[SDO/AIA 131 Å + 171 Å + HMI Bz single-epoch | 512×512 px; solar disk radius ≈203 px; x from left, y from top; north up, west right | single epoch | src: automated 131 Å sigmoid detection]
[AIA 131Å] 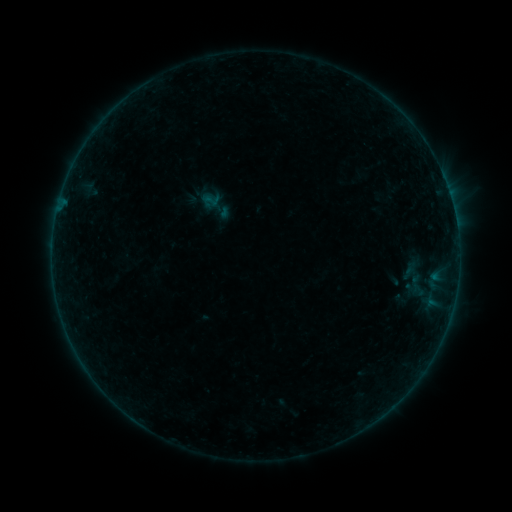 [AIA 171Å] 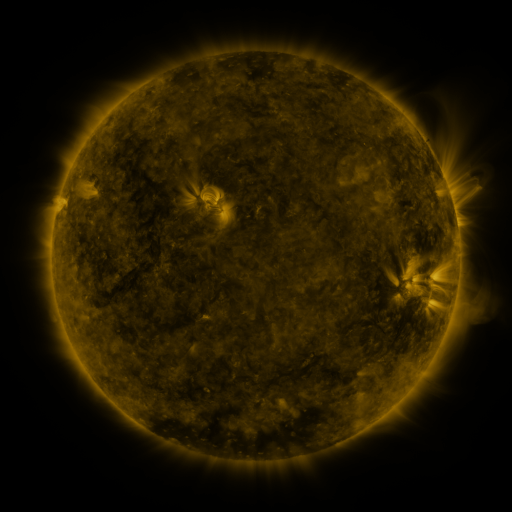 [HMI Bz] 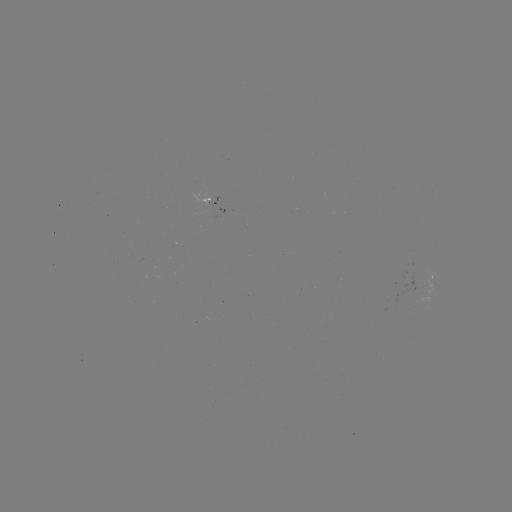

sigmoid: (201, 190, 221, 209)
